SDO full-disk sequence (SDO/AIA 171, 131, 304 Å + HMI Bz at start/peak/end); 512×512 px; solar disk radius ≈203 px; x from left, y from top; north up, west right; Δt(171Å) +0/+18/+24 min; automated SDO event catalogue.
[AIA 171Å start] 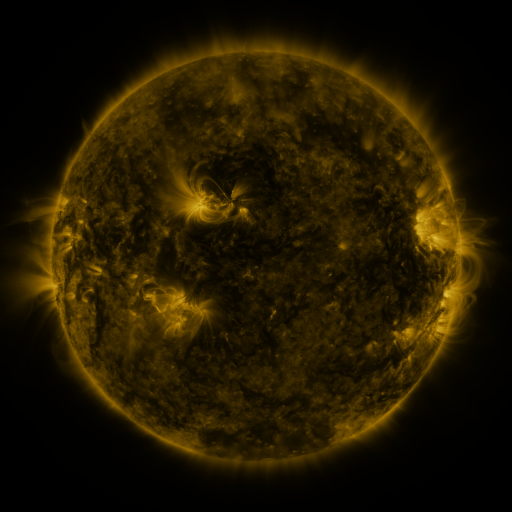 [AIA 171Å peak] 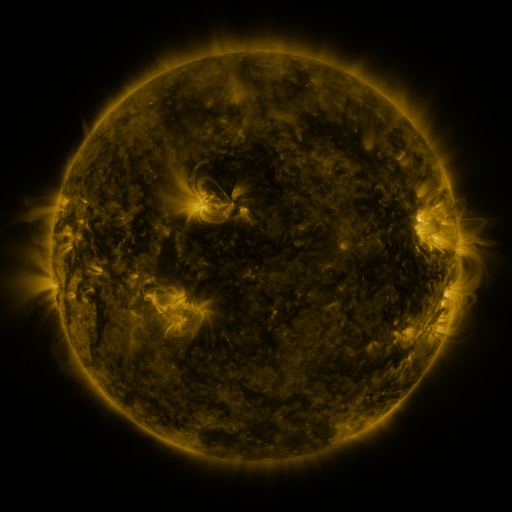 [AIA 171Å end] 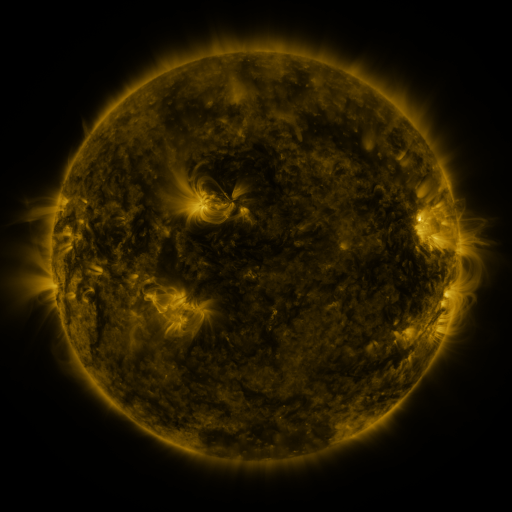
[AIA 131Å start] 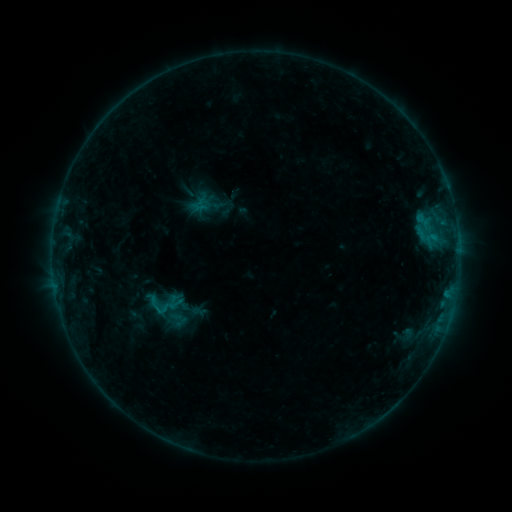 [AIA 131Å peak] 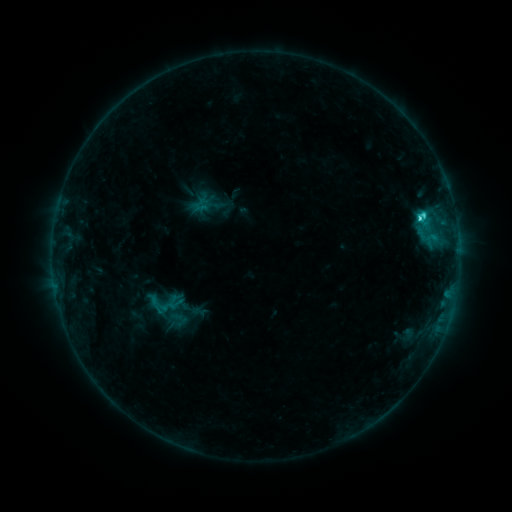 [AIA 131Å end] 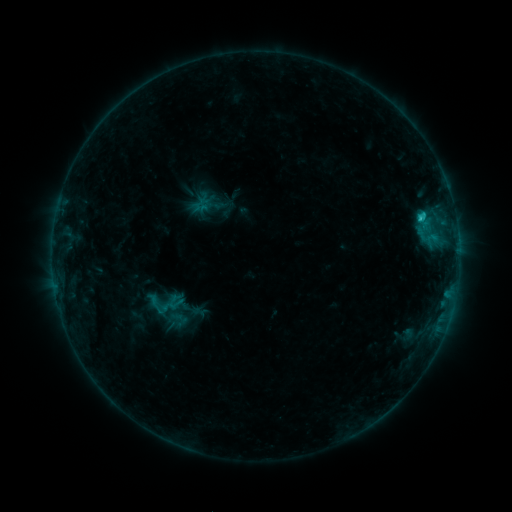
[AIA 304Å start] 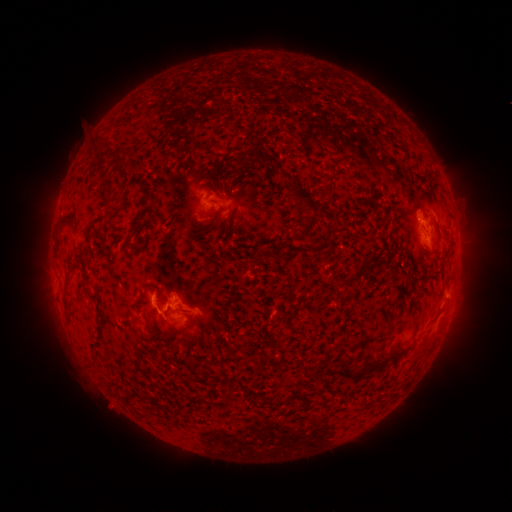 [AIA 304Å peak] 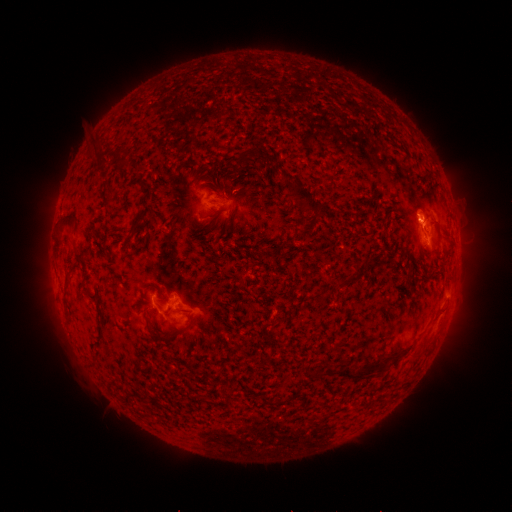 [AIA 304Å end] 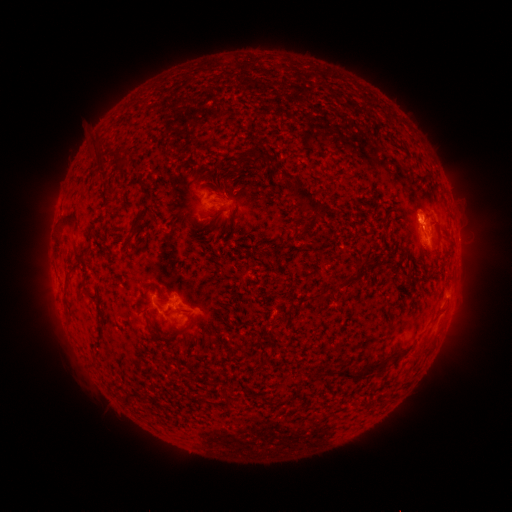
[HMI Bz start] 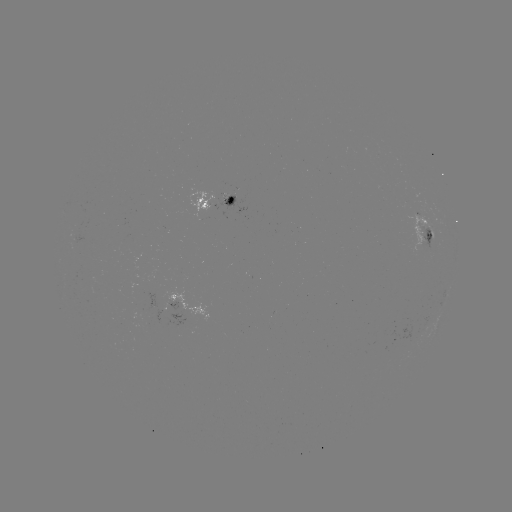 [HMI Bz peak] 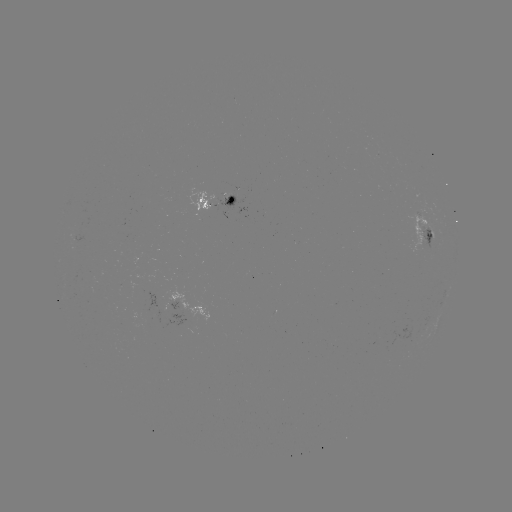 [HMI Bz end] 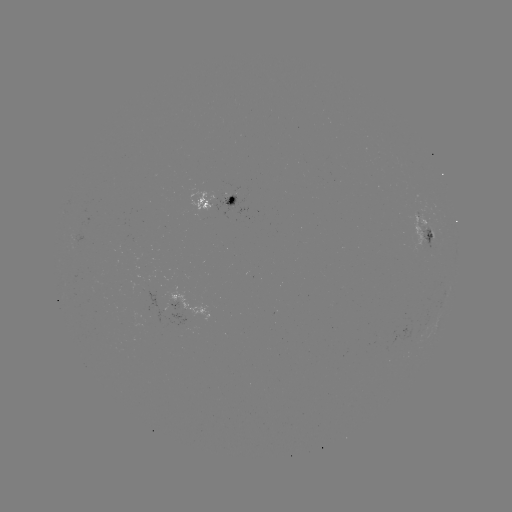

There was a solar flare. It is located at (419, 219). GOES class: C2.0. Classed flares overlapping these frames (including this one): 1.